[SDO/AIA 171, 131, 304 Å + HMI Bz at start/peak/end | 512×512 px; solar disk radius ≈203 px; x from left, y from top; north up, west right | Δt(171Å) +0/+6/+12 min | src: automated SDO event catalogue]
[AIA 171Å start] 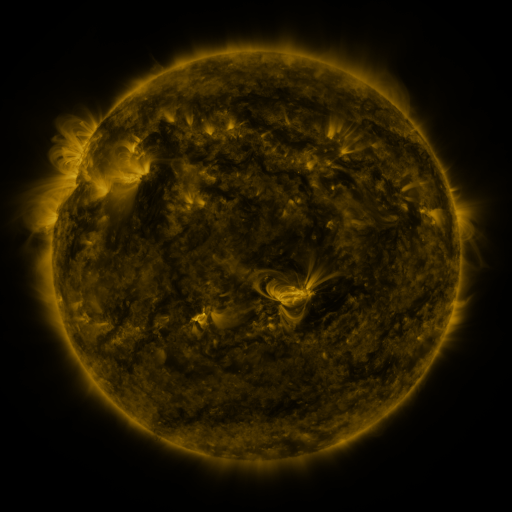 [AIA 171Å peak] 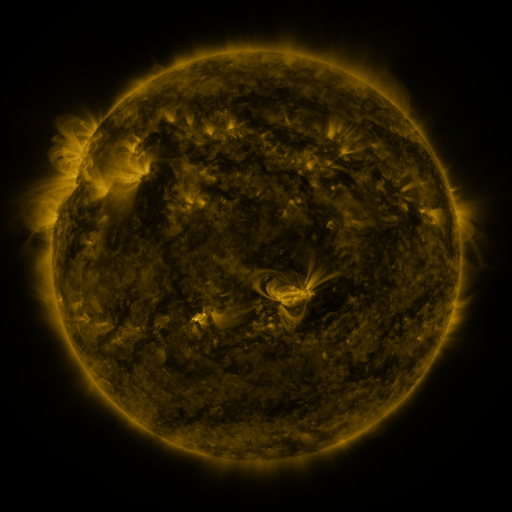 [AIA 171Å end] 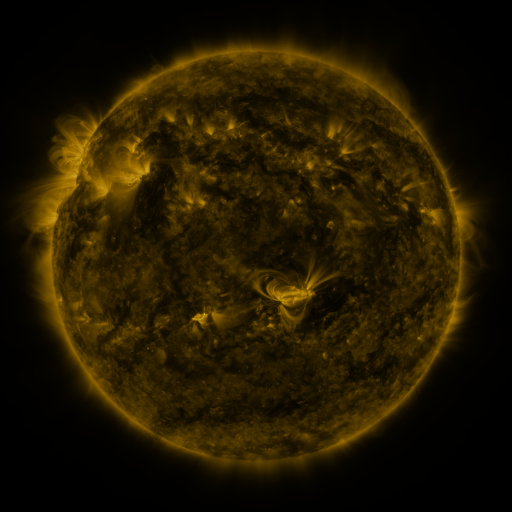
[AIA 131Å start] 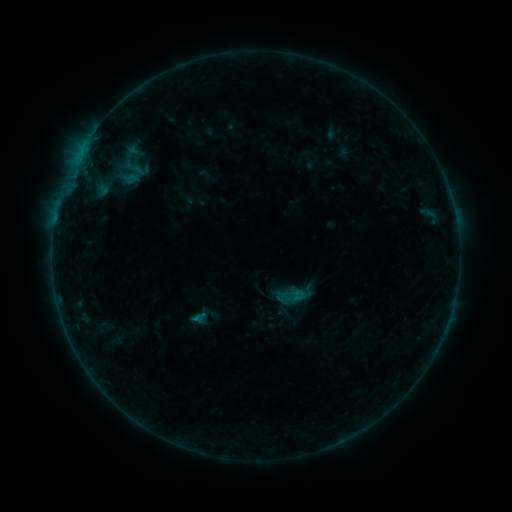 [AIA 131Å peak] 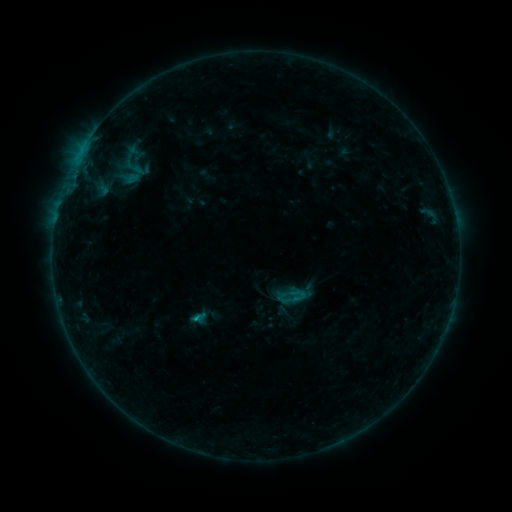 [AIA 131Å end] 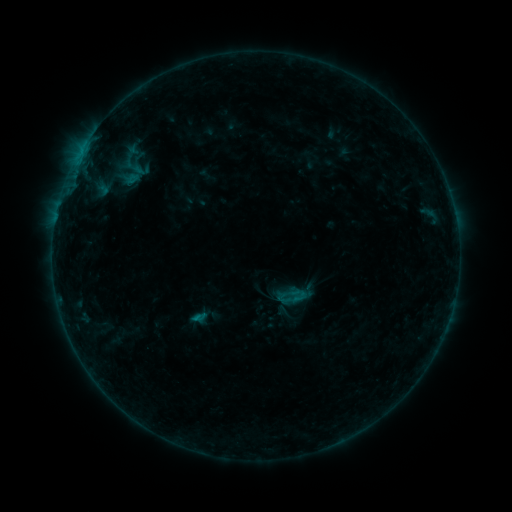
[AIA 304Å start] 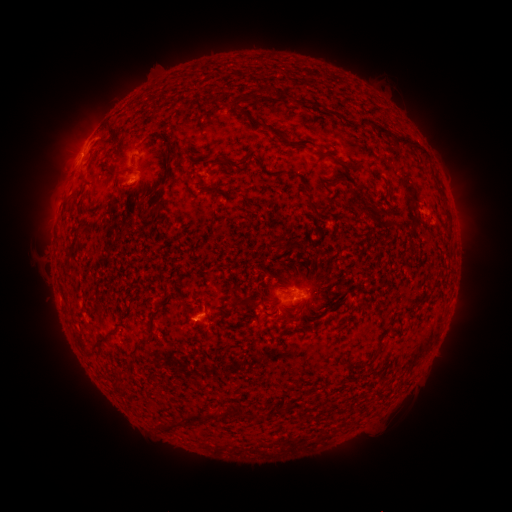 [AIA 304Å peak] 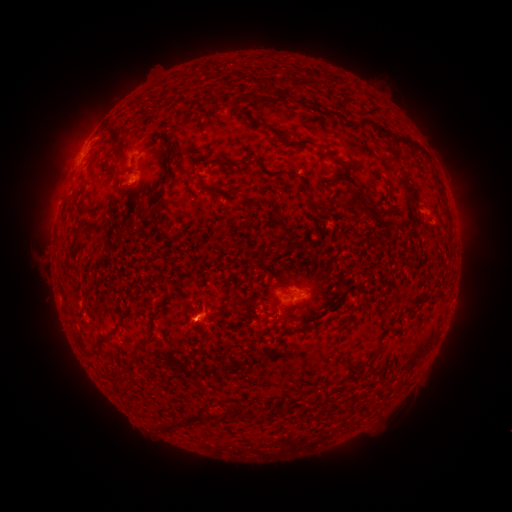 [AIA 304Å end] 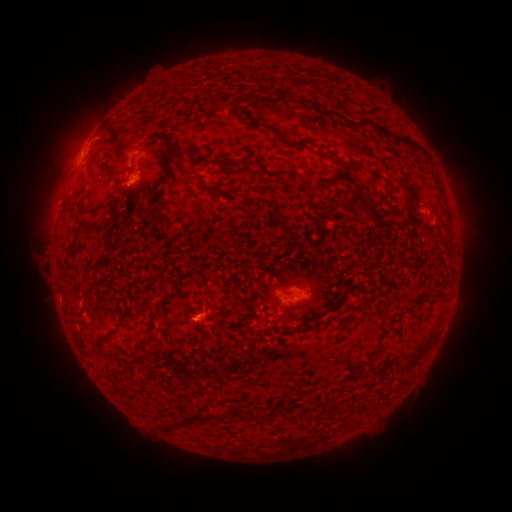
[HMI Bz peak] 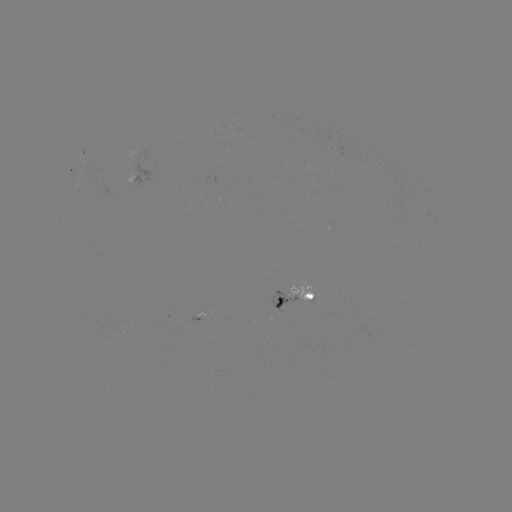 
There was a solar flare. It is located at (198, 317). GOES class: B5.5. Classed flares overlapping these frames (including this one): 1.